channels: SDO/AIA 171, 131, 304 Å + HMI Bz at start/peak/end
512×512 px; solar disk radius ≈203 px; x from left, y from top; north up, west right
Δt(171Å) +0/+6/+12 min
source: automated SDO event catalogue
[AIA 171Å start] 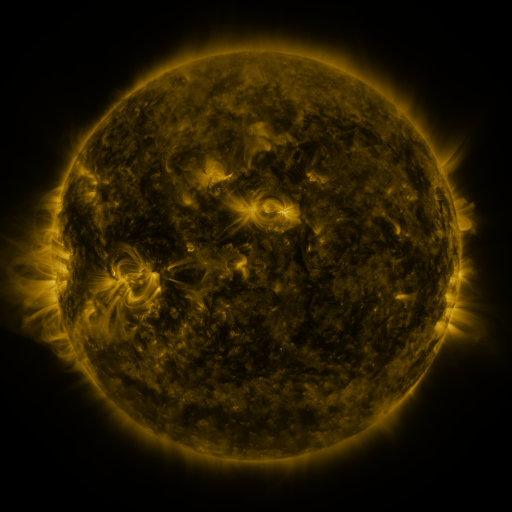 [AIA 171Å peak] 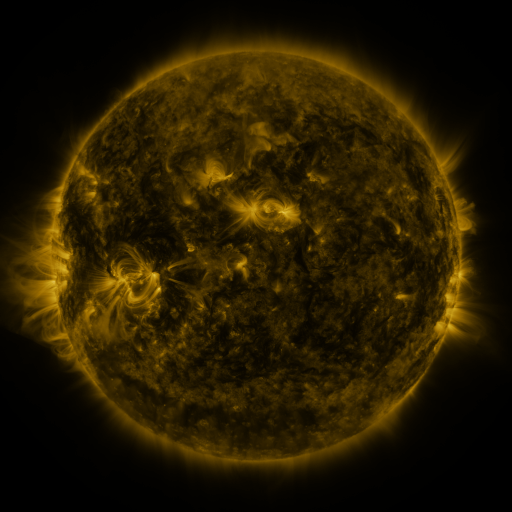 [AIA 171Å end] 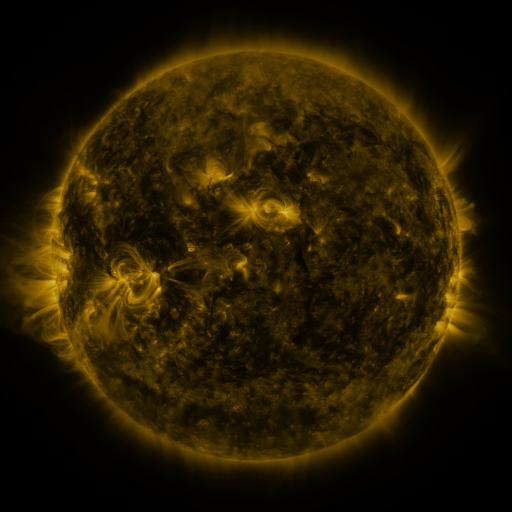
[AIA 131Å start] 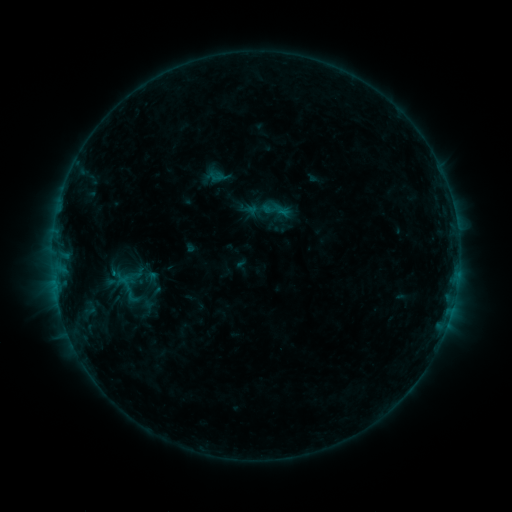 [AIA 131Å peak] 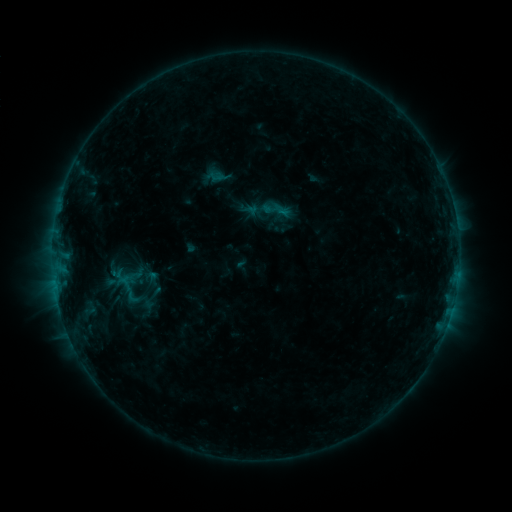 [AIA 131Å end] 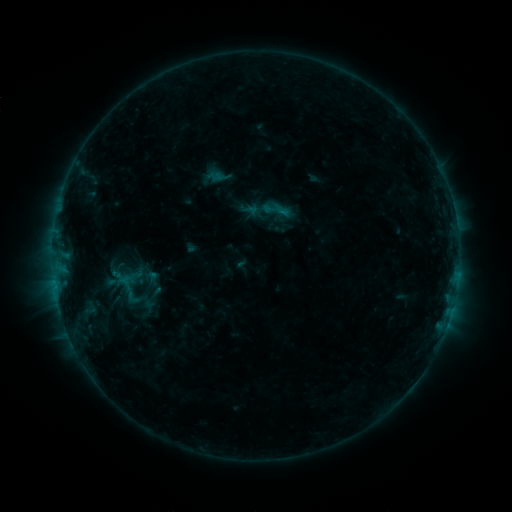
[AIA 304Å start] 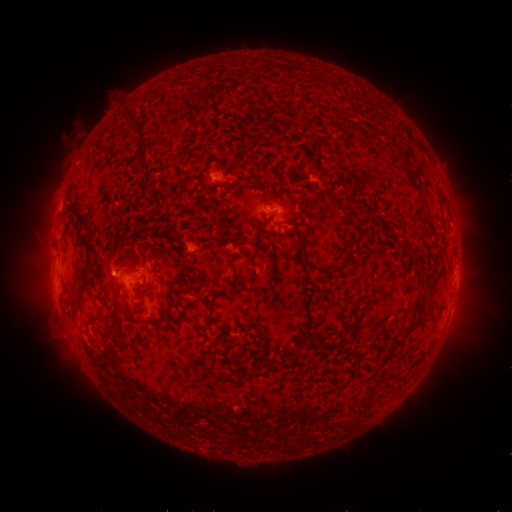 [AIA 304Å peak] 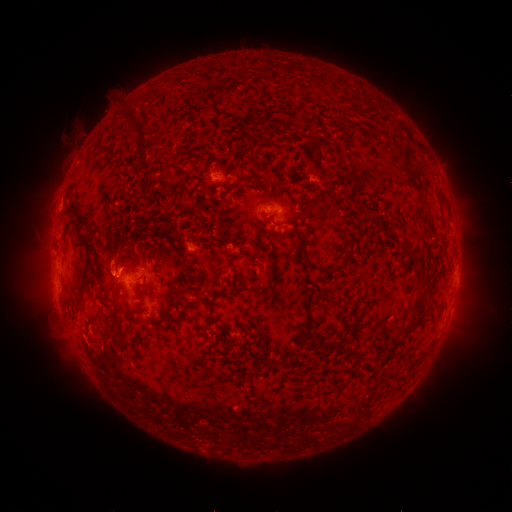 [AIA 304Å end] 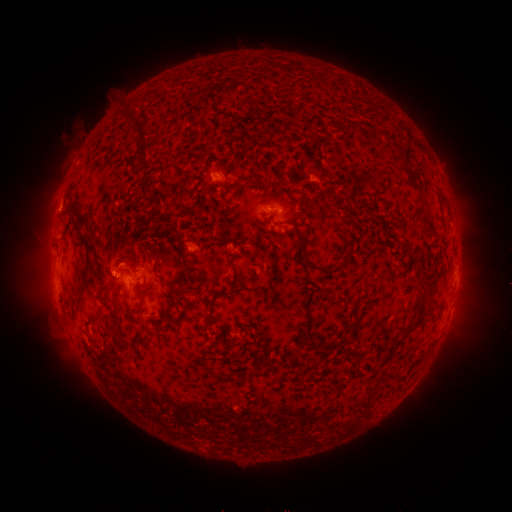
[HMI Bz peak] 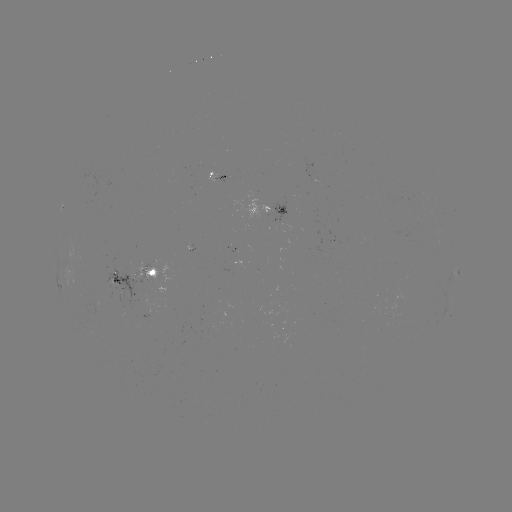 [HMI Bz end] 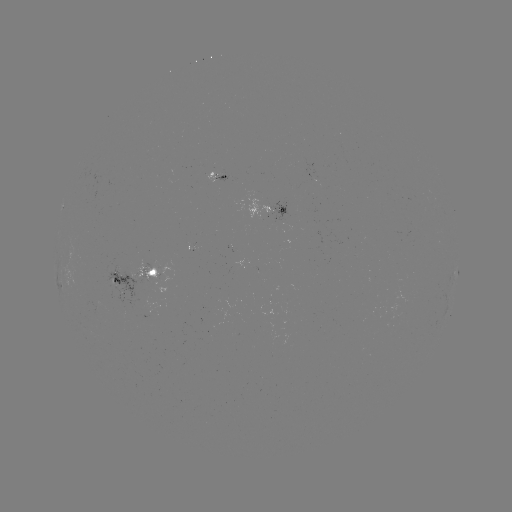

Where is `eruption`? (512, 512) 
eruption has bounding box [90, 241, 140, 291].